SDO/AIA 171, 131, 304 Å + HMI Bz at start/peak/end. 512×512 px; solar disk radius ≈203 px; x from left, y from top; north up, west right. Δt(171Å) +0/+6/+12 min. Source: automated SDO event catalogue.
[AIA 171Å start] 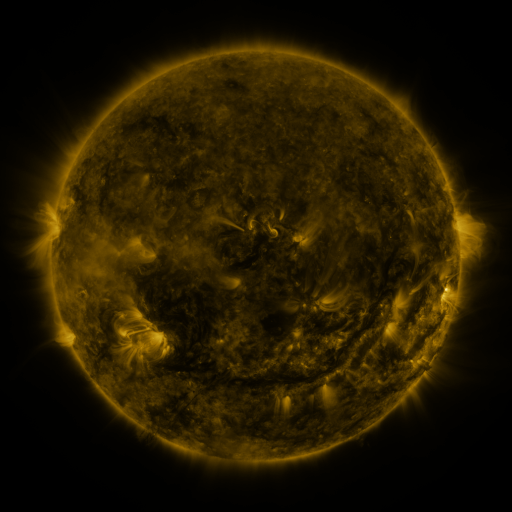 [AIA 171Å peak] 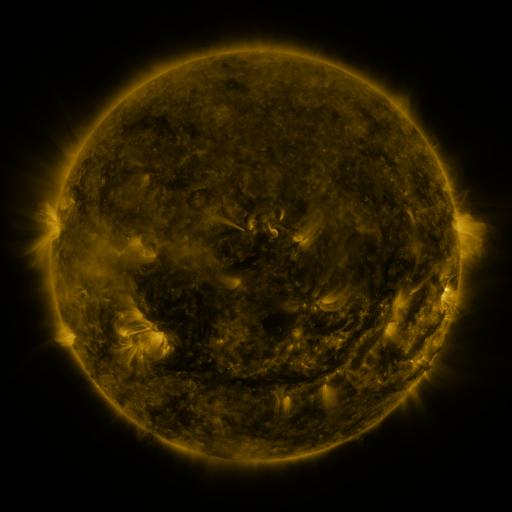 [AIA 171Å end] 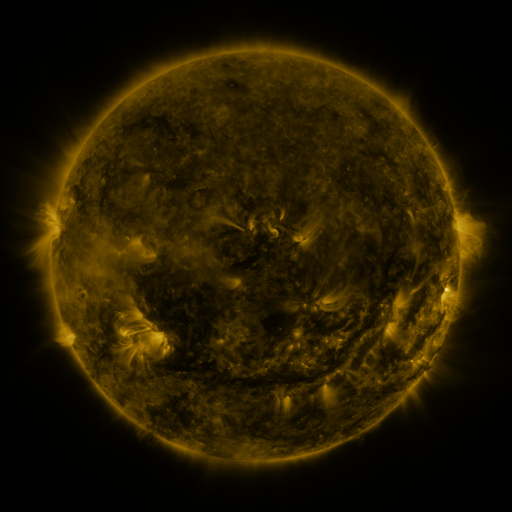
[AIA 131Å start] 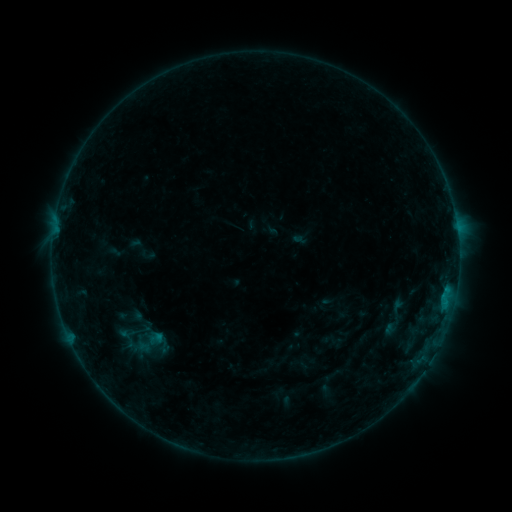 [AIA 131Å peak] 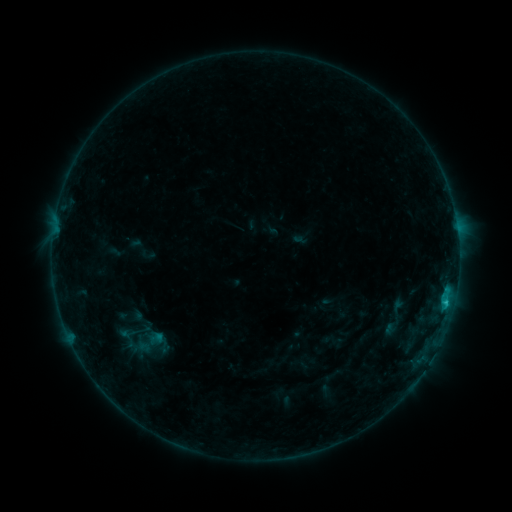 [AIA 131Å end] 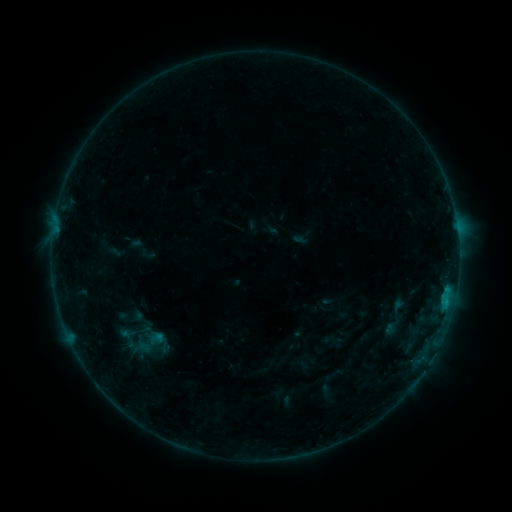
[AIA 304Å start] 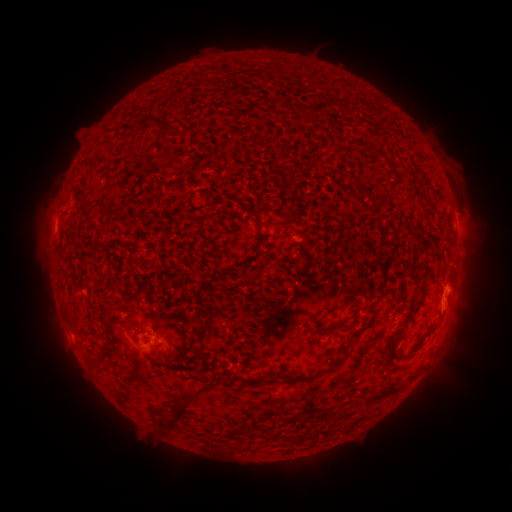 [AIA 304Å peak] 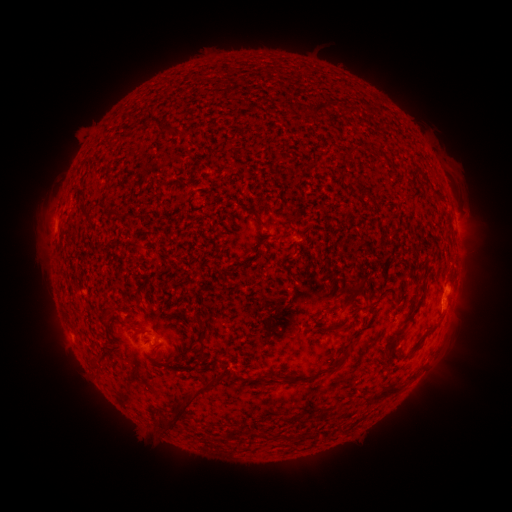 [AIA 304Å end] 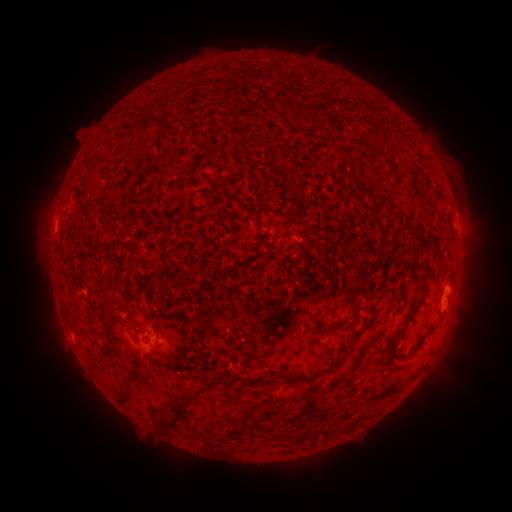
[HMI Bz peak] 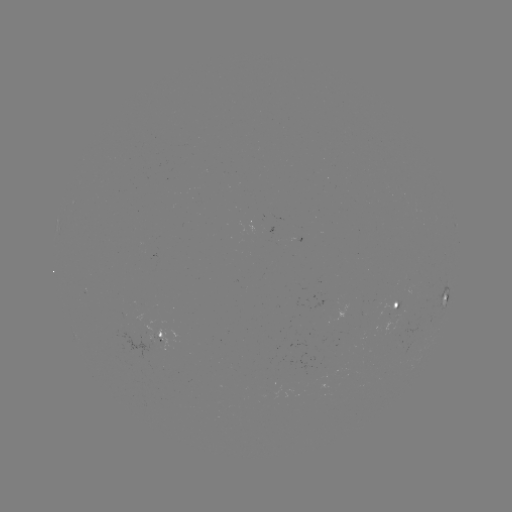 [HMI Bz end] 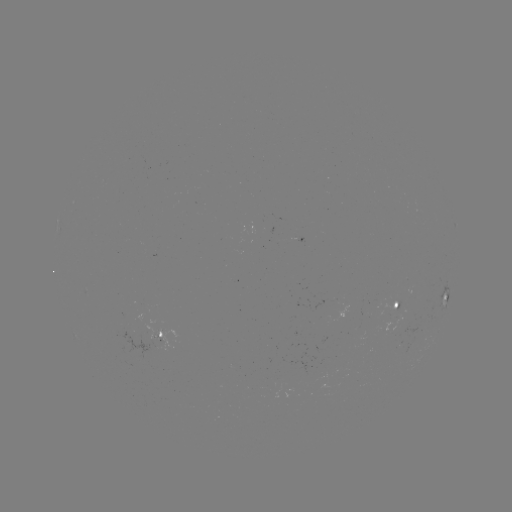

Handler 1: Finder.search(B7.0 flare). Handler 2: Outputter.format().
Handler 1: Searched B7.0 flare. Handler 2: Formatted (444, 299).